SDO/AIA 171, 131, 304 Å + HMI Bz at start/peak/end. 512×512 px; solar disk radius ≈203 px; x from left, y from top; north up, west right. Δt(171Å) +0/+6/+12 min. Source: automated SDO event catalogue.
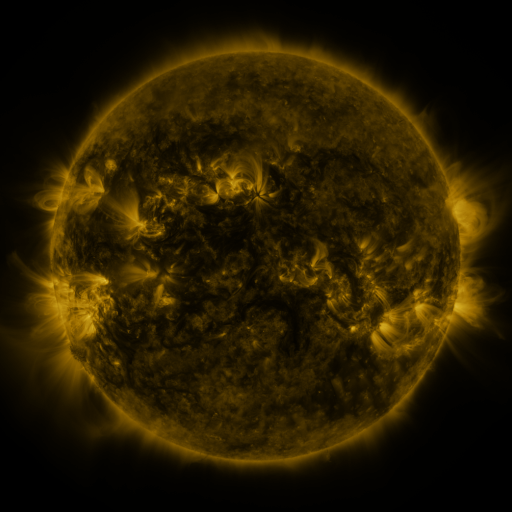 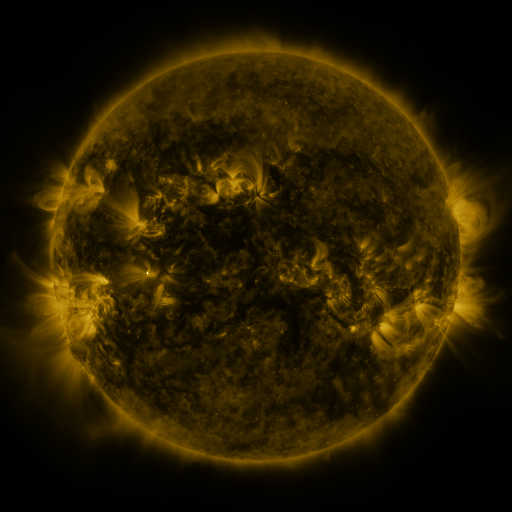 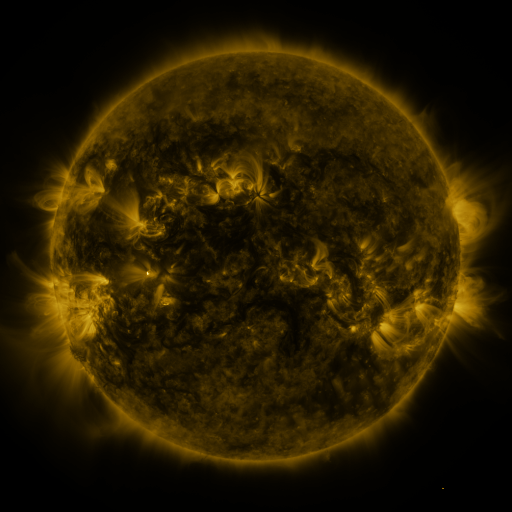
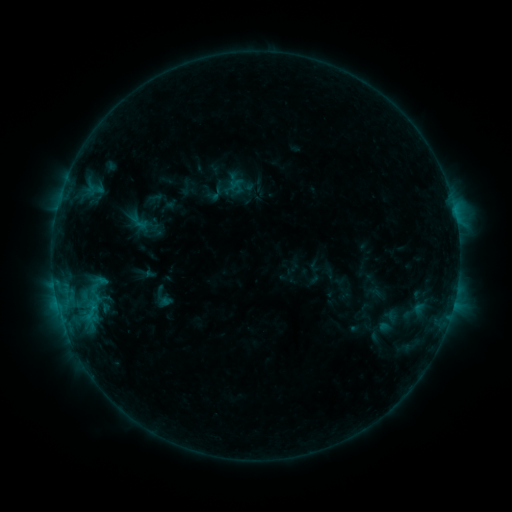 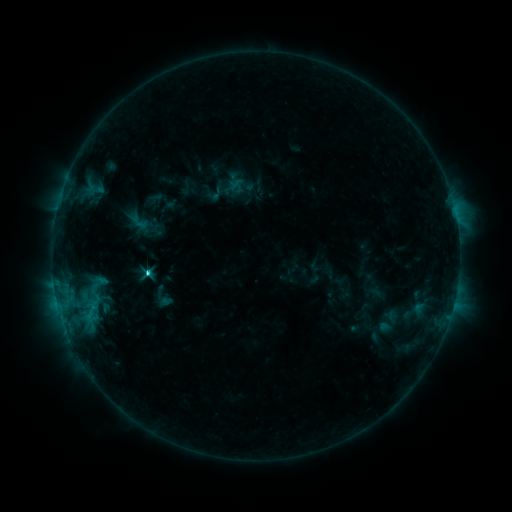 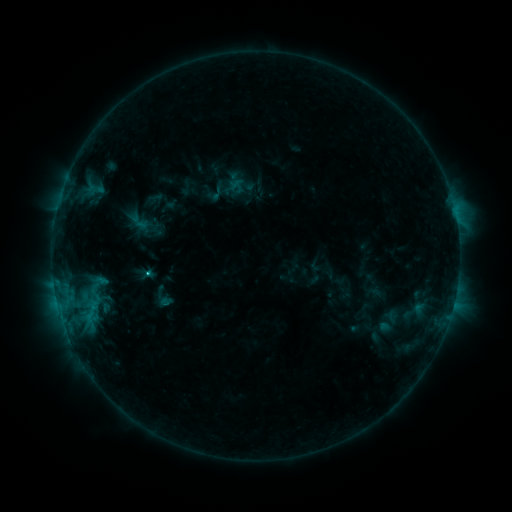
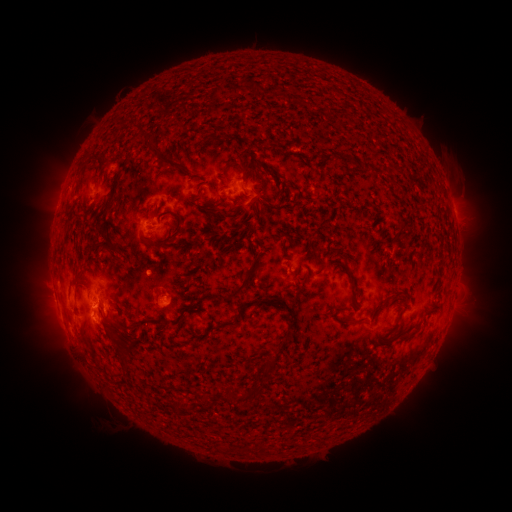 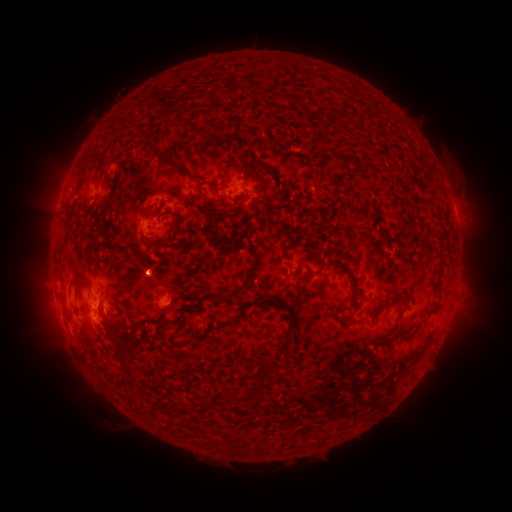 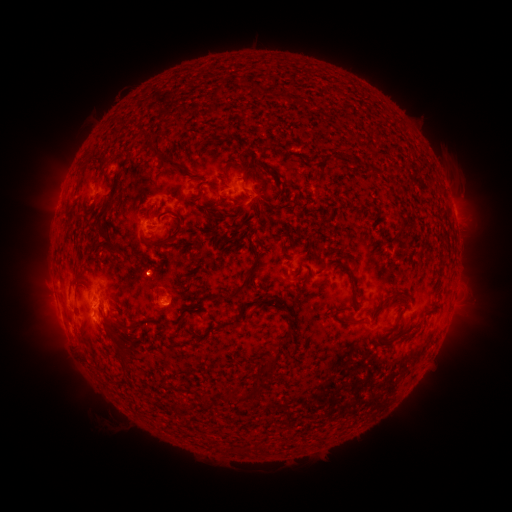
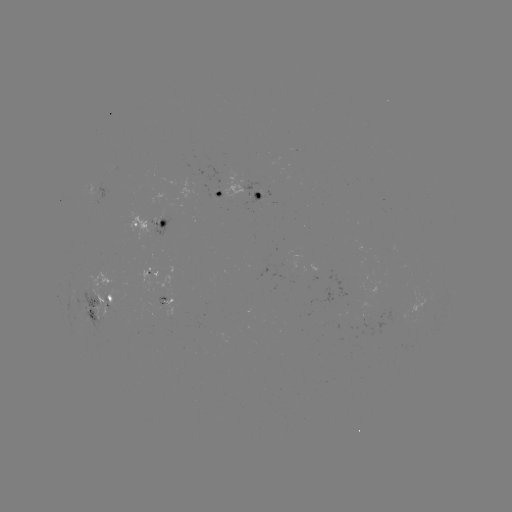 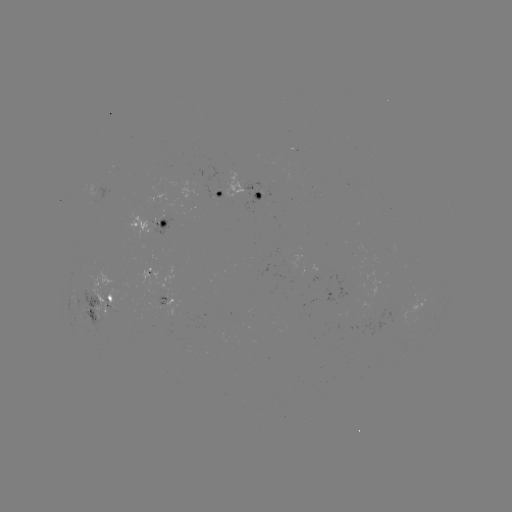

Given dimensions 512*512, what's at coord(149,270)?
C1.9 flare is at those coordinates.